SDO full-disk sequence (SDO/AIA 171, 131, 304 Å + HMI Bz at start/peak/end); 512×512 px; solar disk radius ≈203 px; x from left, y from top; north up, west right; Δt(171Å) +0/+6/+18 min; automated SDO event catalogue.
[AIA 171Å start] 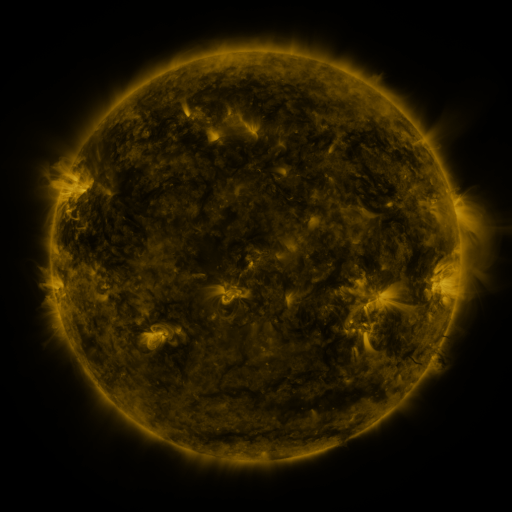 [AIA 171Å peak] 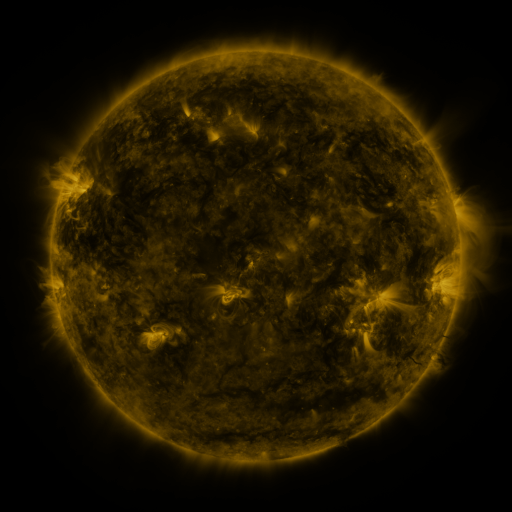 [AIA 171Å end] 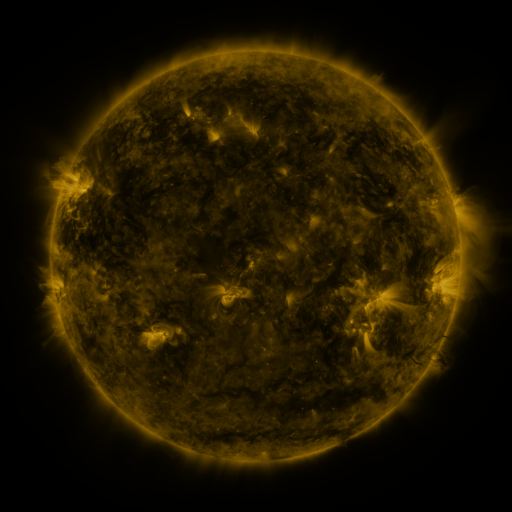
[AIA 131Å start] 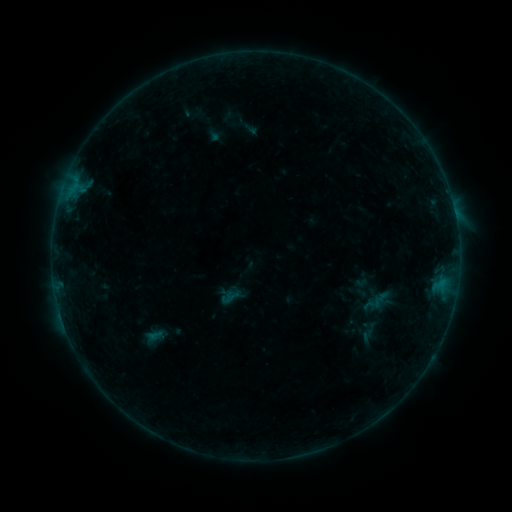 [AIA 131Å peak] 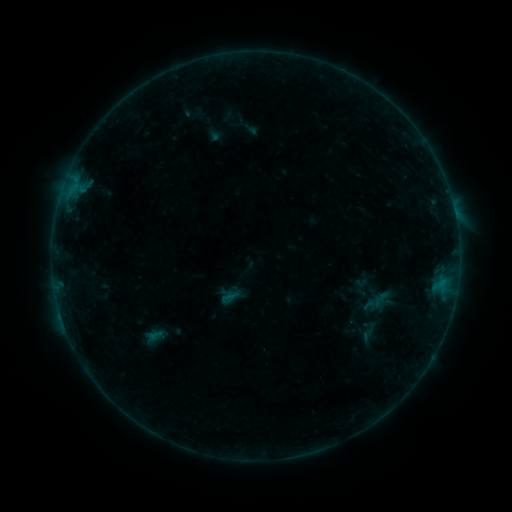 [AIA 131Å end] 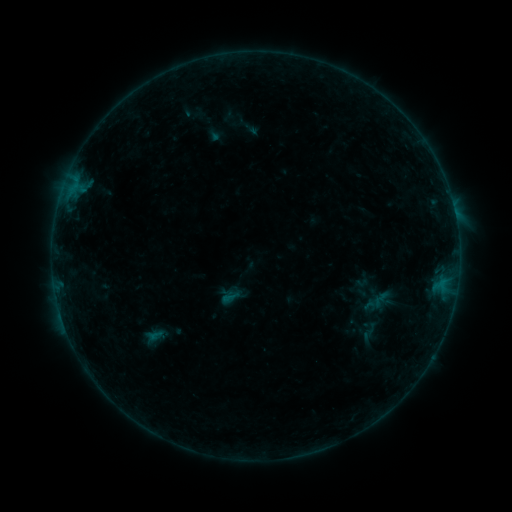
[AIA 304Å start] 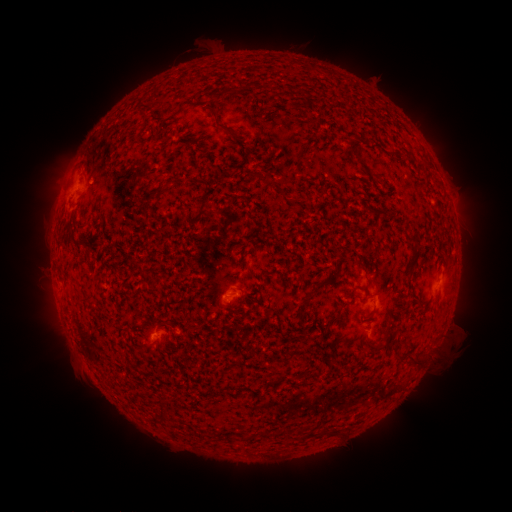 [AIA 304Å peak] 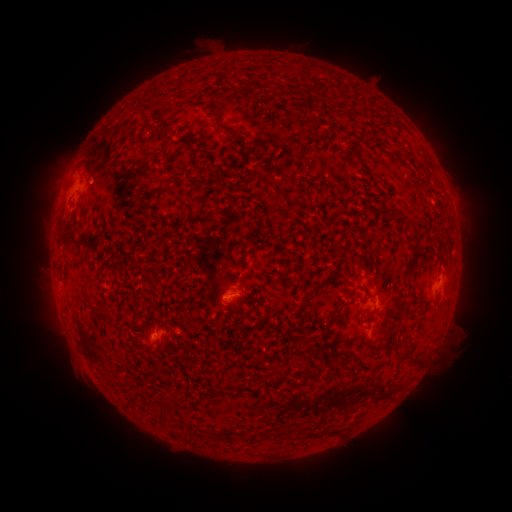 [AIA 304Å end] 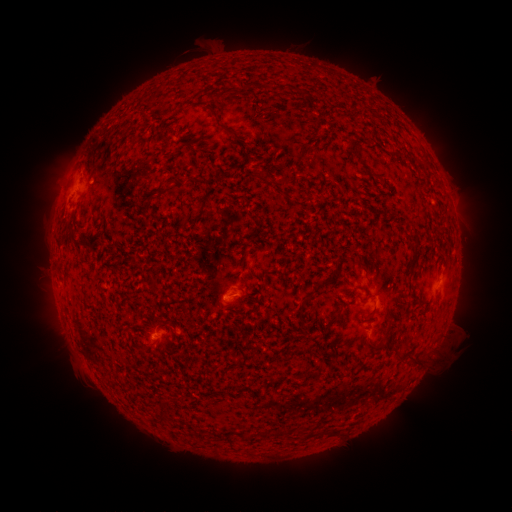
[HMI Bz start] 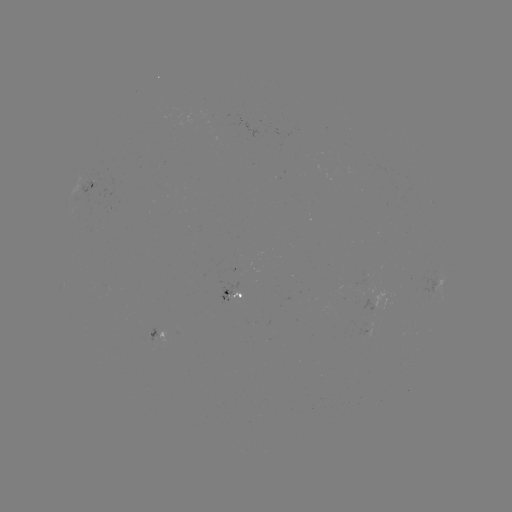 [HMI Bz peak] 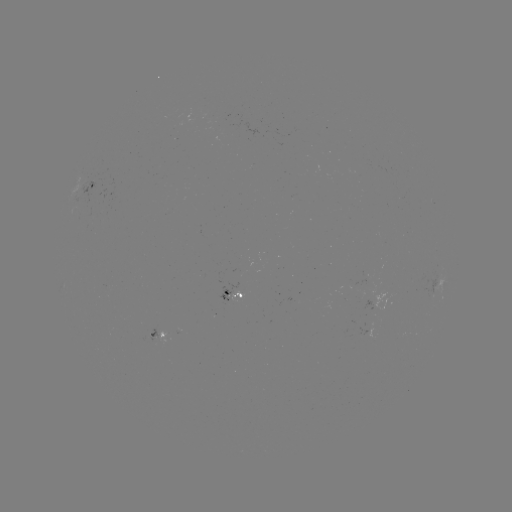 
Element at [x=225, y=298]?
B2.9 flare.